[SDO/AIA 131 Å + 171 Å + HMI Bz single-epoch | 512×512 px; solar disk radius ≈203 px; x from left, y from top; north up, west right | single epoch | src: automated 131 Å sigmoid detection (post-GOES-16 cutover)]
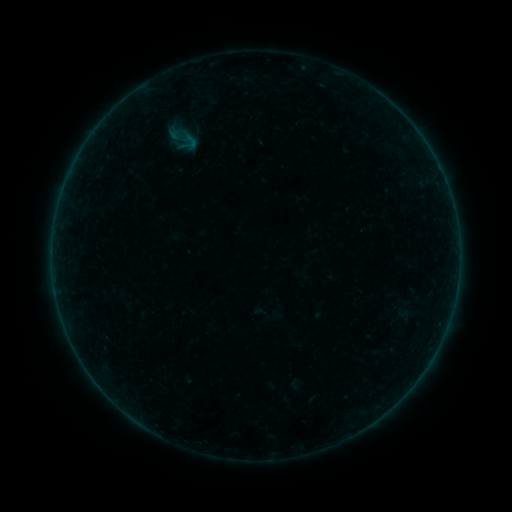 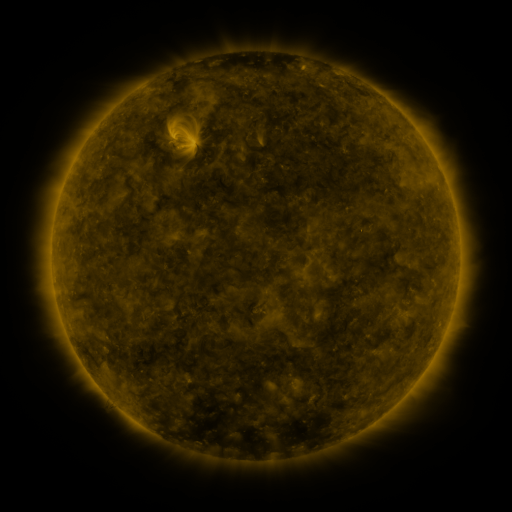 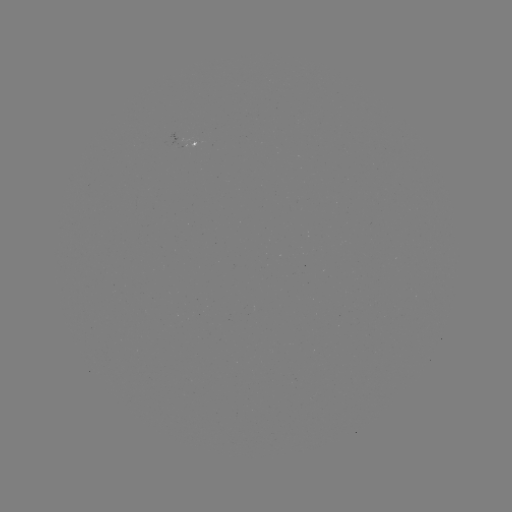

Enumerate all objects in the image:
sigmoid: (182, 138)
